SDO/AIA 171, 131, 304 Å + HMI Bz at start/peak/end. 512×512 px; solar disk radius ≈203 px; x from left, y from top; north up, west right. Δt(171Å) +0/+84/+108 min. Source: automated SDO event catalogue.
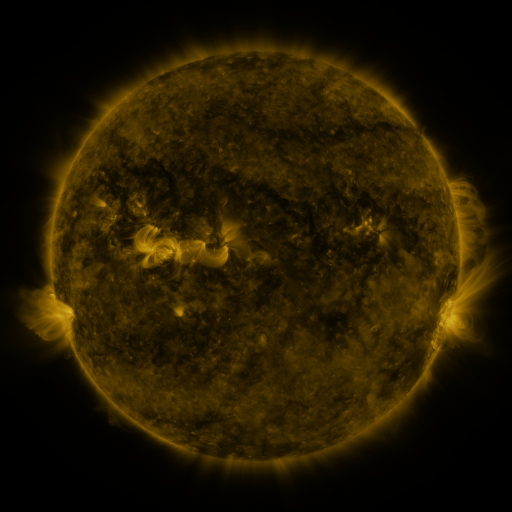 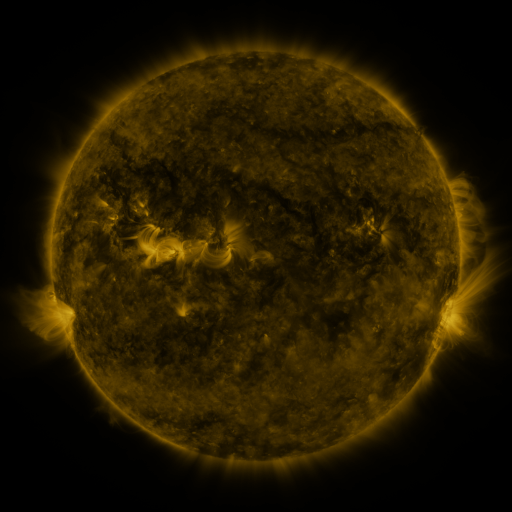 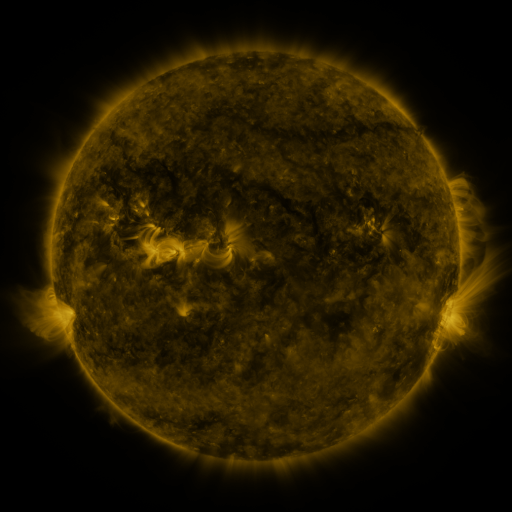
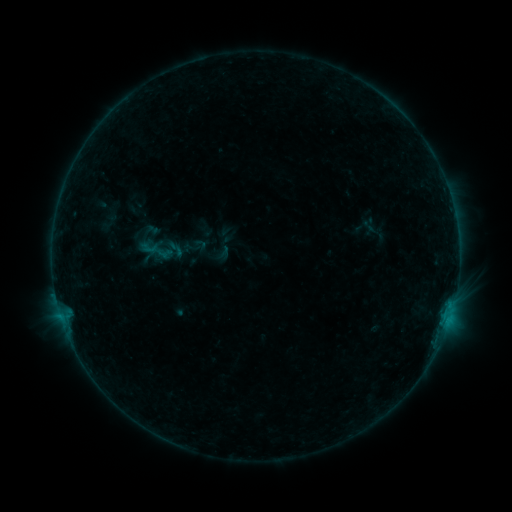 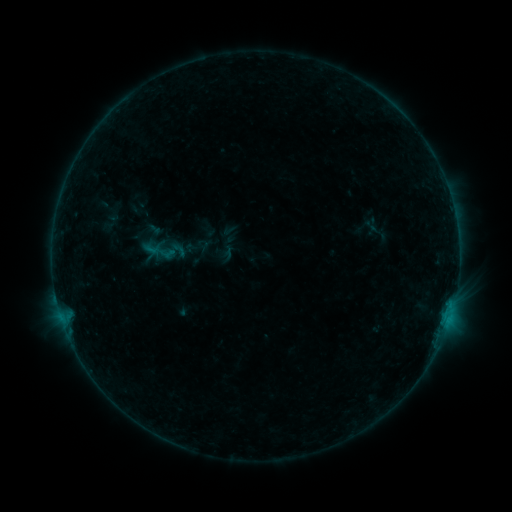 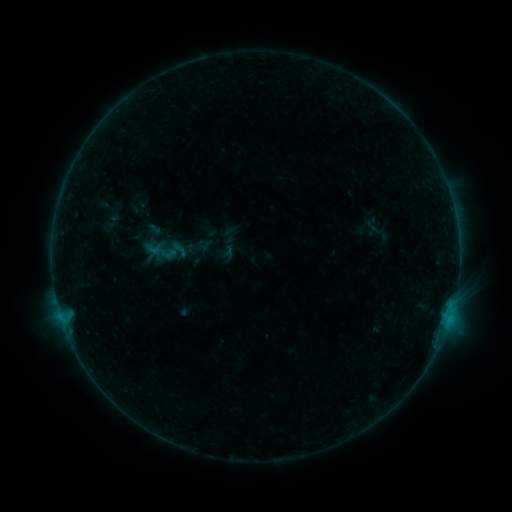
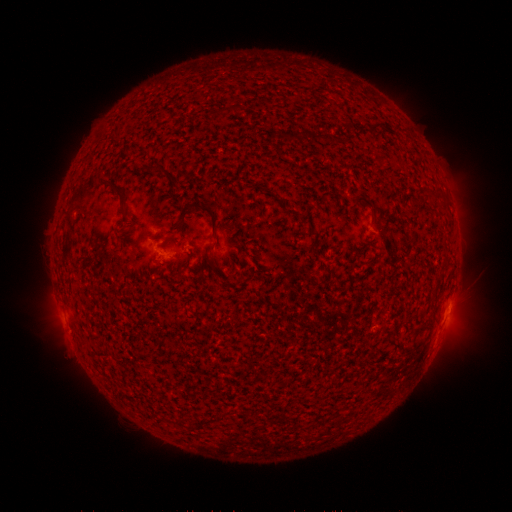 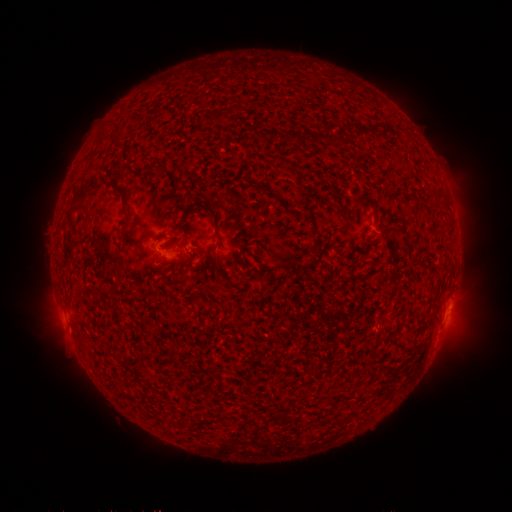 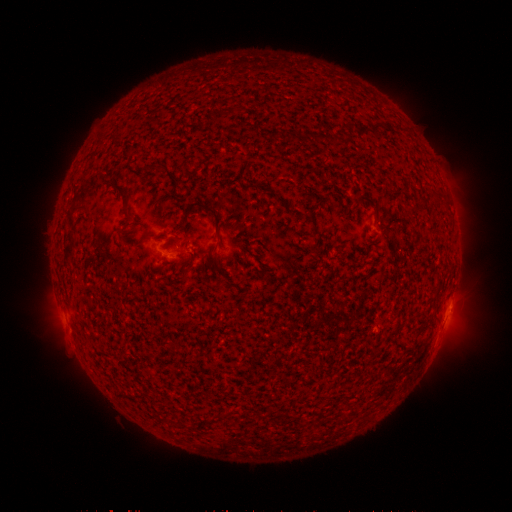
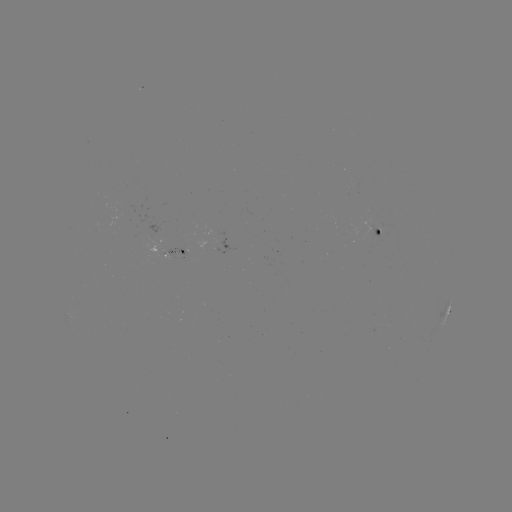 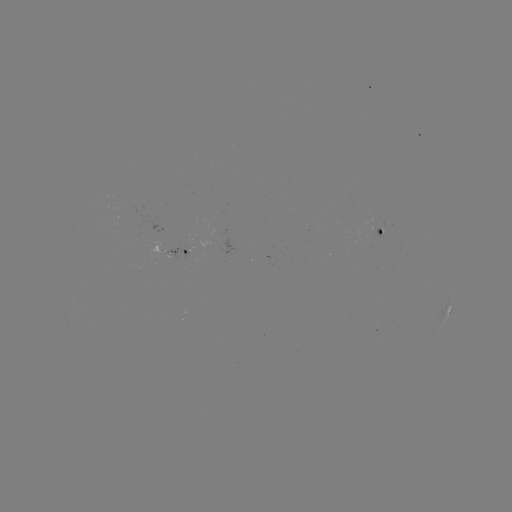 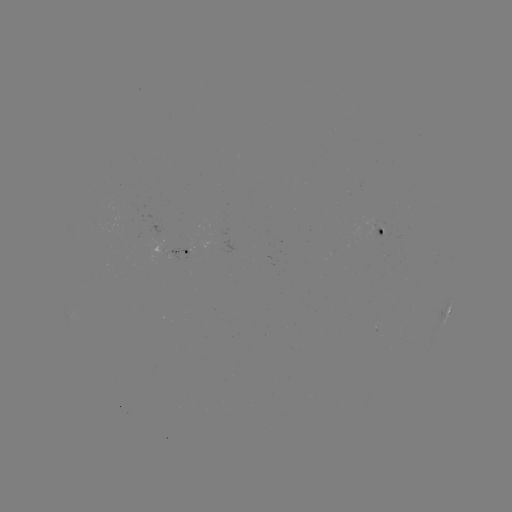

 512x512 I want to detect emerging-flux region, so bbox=[213, 239, 236, 255].